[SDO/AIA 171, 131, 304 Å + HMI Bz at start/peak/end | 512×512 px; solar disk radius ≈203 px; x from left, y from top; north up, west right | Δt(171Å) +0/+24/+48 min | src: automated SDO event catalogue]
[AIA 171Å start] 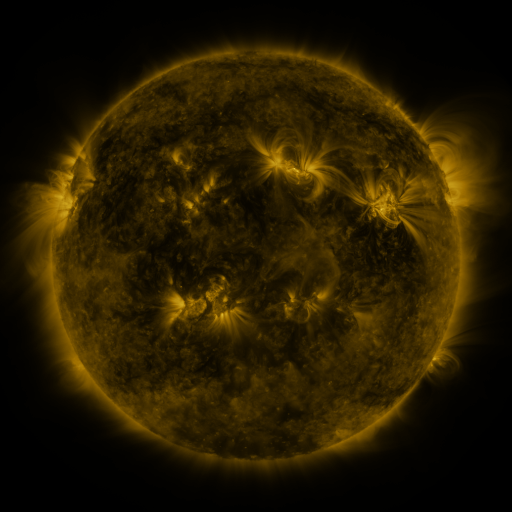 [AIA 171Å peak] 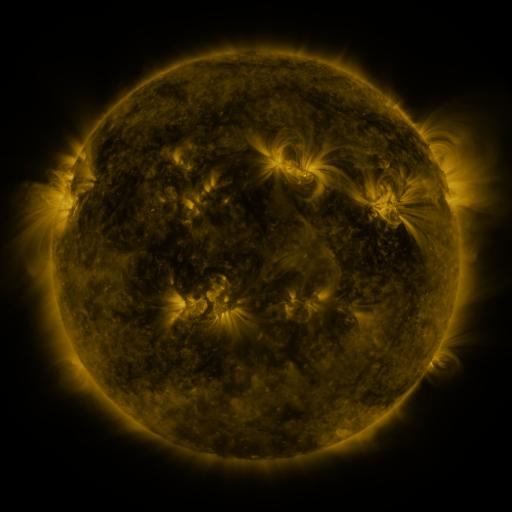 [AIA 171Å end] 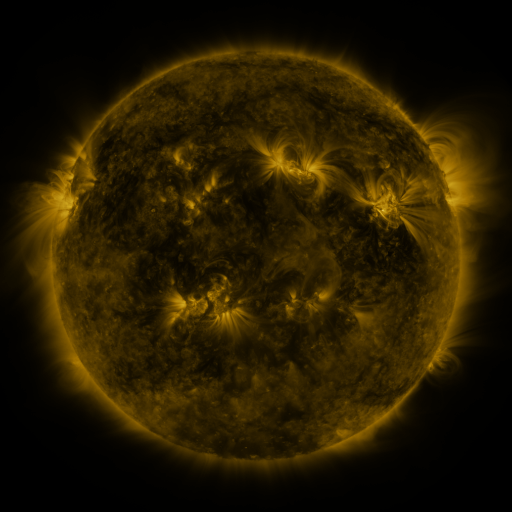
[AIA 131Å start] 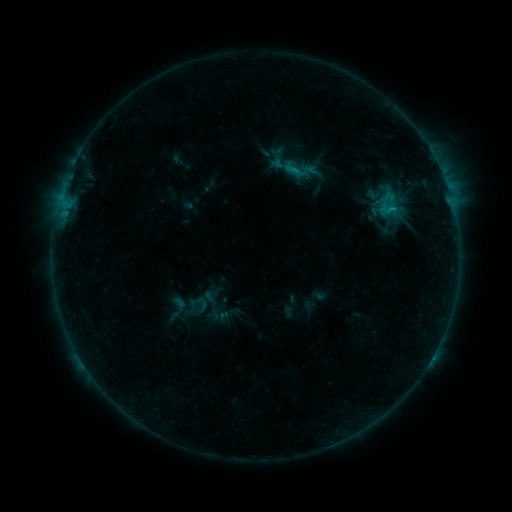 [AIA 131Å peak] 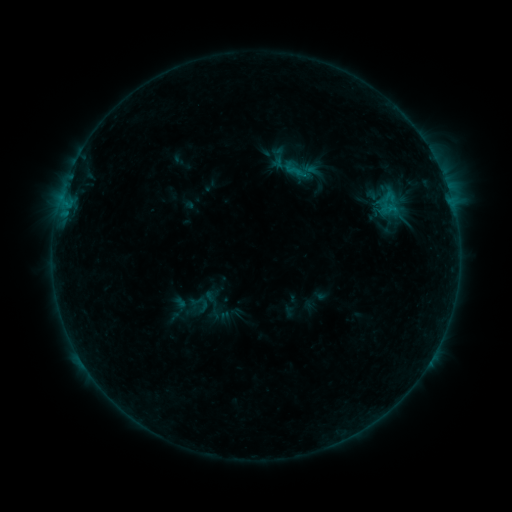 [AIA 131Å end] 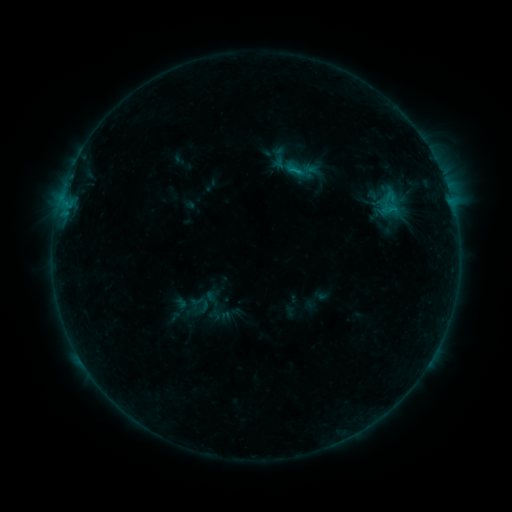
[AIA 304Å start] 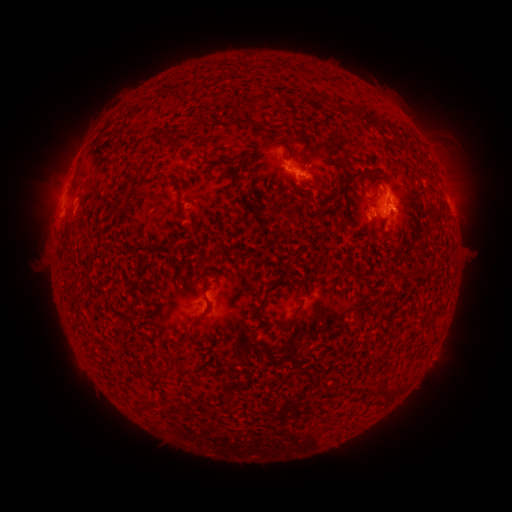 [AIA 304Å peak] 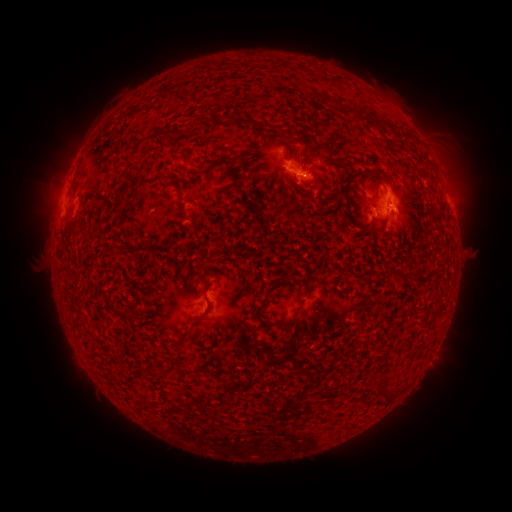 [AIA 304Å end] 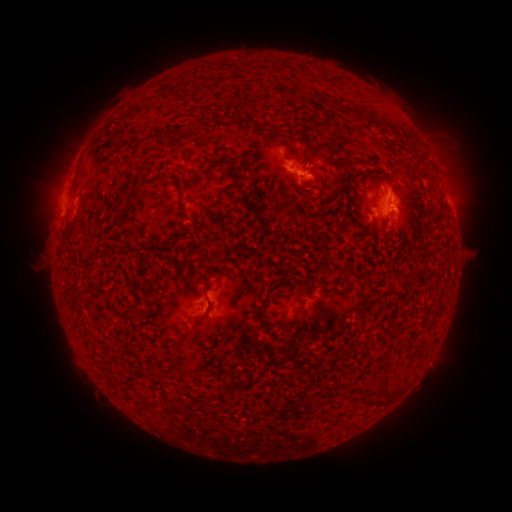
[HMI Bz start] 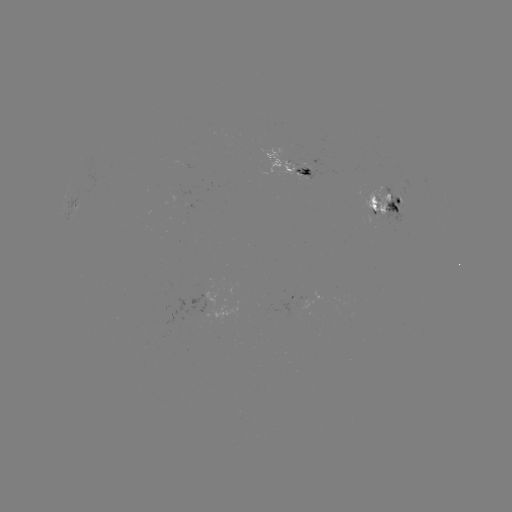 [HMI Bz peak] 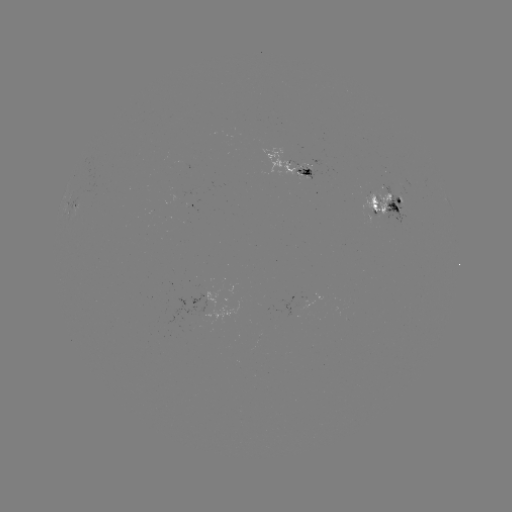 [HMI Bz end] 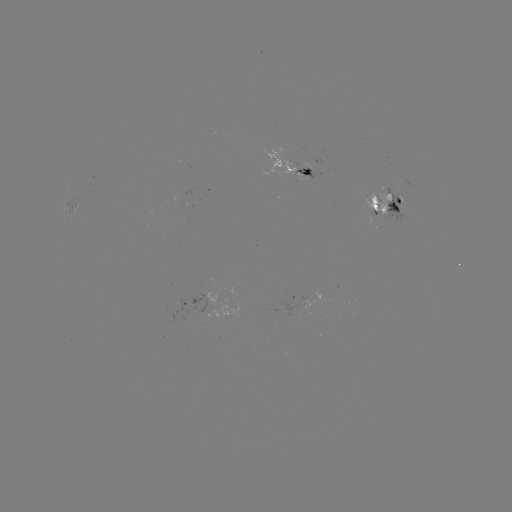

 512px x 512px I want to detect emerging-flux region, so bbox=[265, 147, 298, 172].